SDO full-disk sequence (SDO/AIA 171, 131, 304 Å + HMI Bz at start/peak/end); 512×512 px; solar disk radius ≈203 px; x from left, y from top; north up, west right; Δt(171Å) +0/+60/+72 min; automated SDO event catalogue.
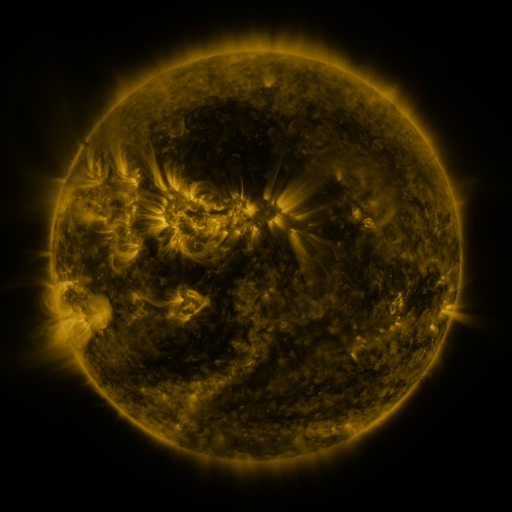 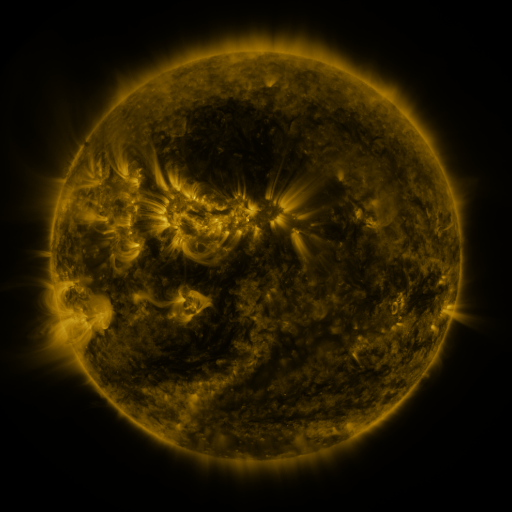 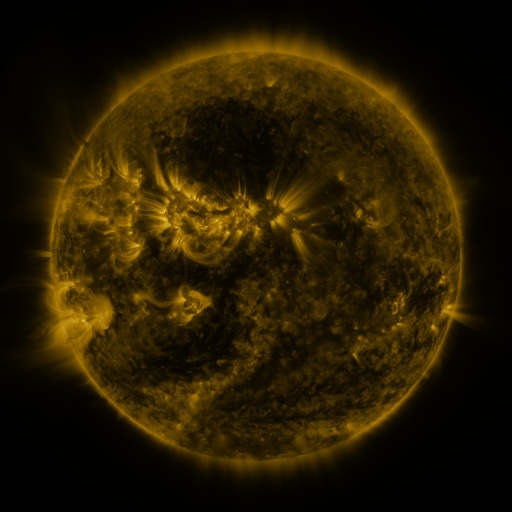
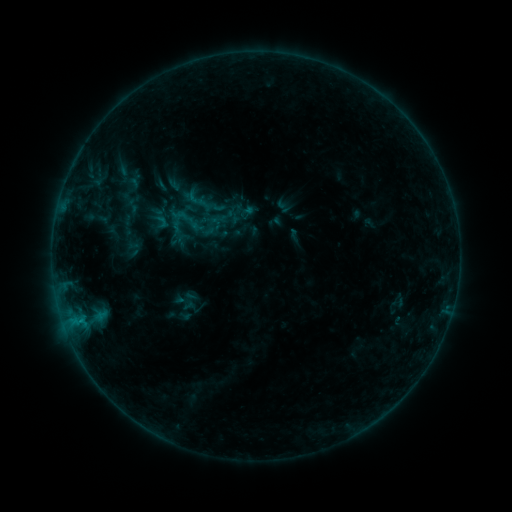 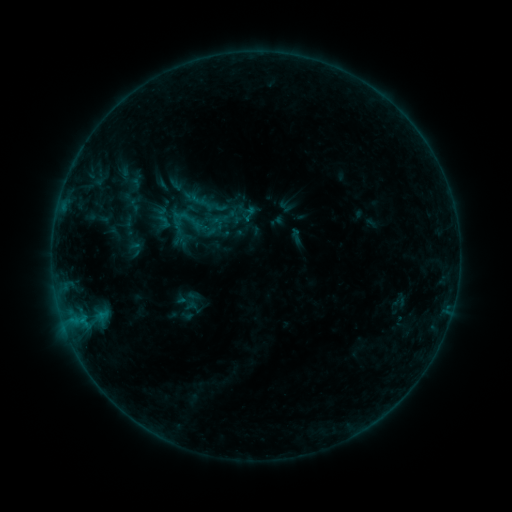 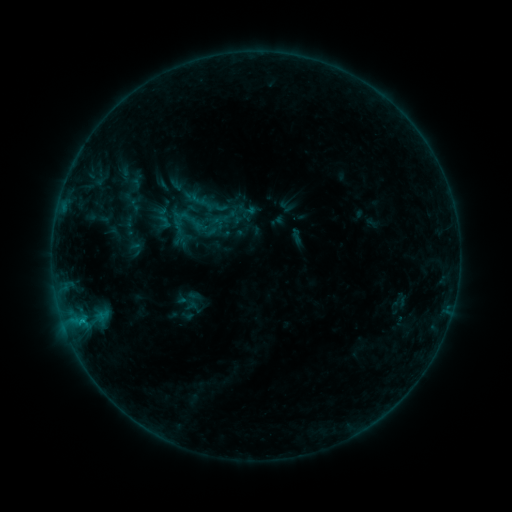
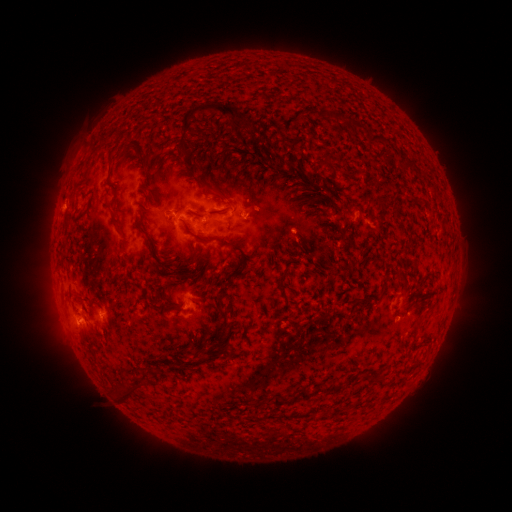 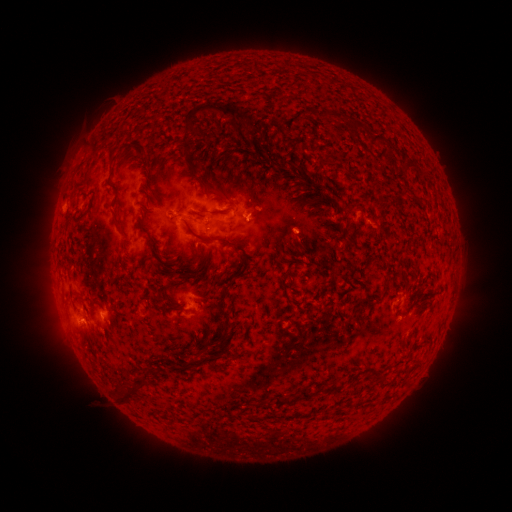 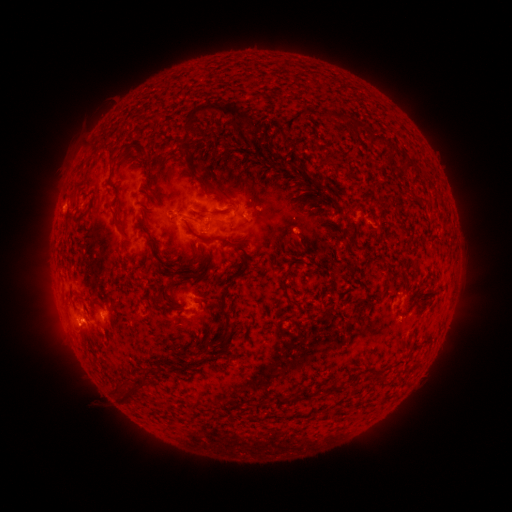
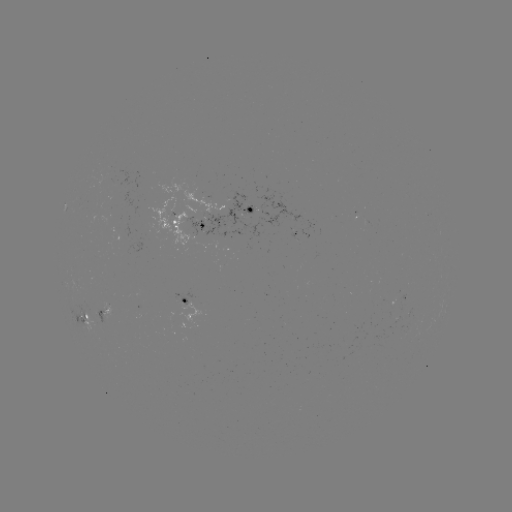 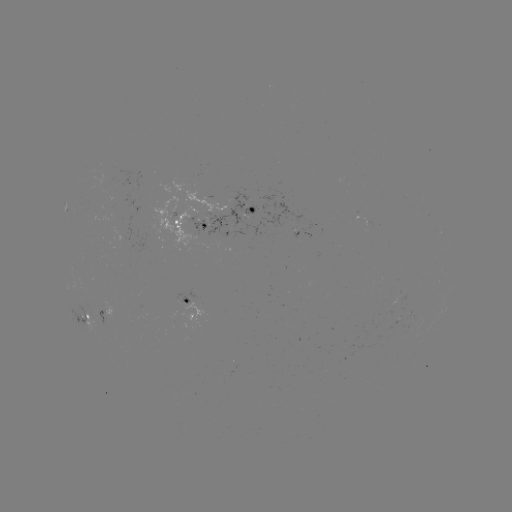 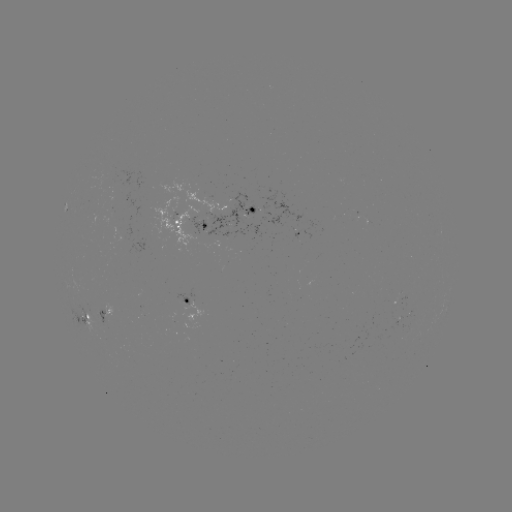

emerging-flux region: <bbox>83, 301, 98, 313</bbox>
